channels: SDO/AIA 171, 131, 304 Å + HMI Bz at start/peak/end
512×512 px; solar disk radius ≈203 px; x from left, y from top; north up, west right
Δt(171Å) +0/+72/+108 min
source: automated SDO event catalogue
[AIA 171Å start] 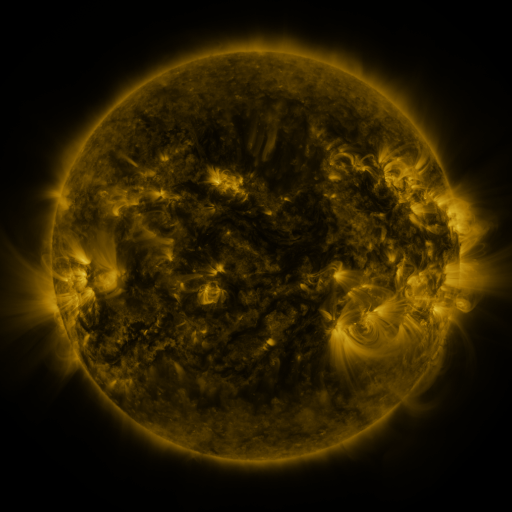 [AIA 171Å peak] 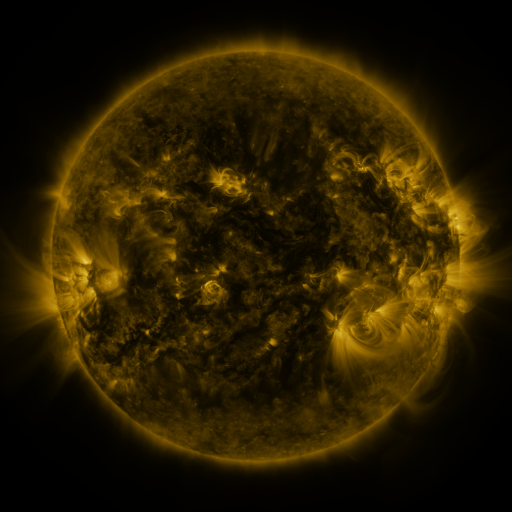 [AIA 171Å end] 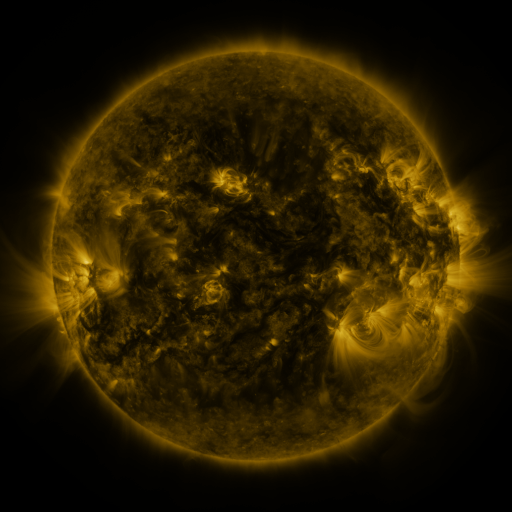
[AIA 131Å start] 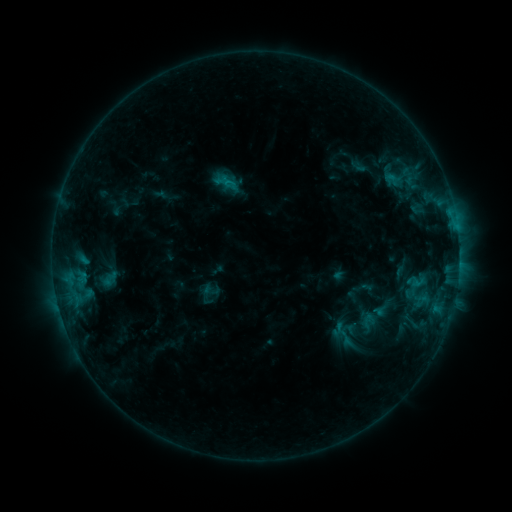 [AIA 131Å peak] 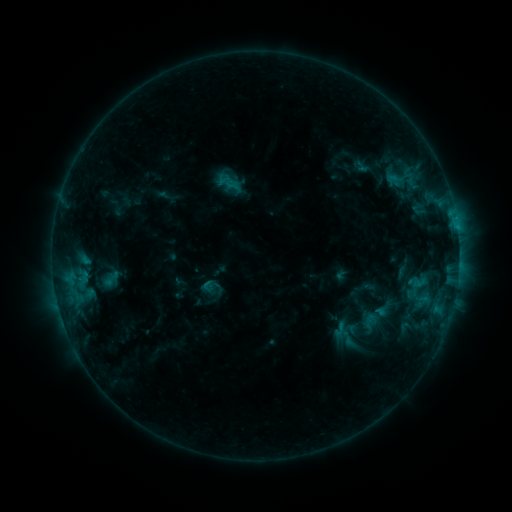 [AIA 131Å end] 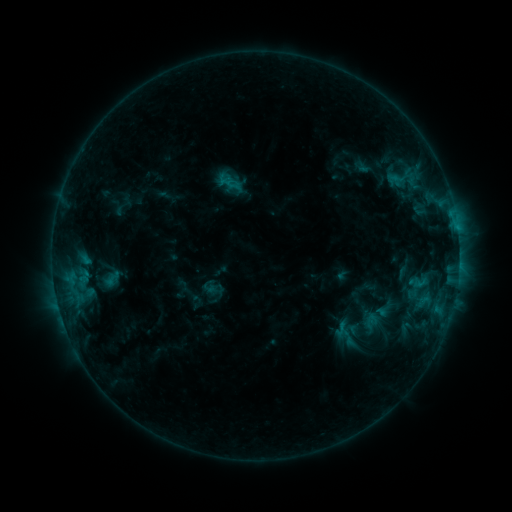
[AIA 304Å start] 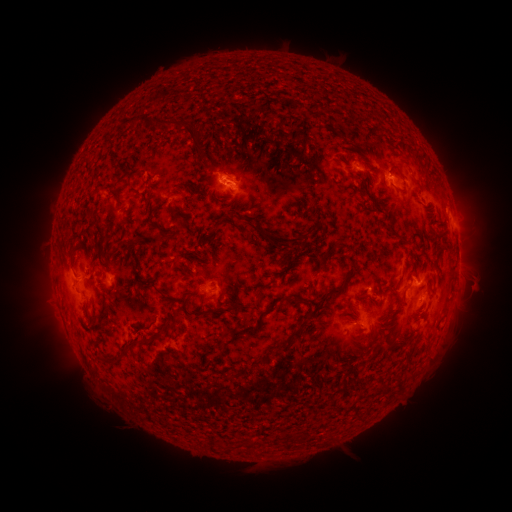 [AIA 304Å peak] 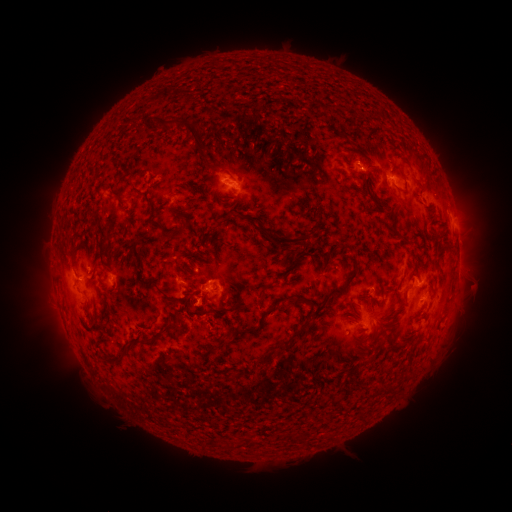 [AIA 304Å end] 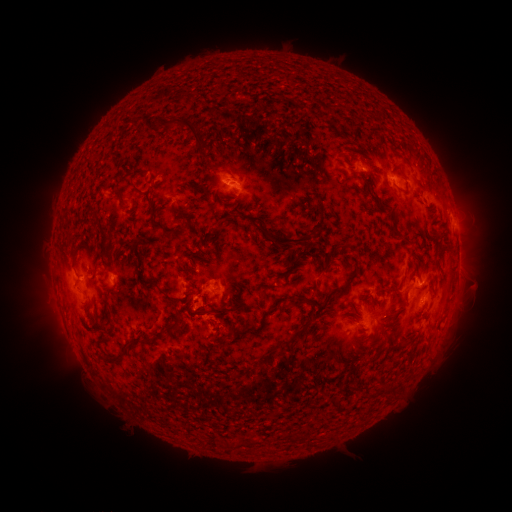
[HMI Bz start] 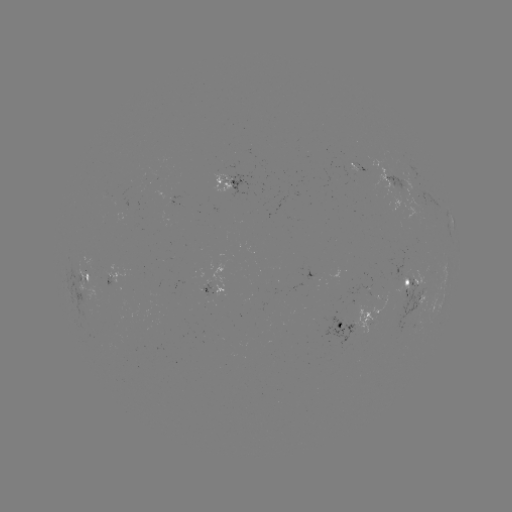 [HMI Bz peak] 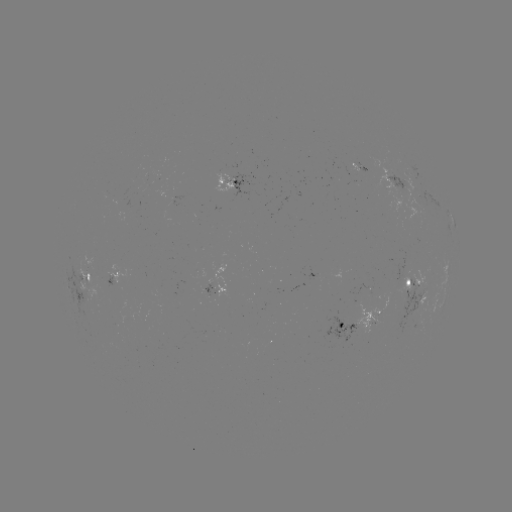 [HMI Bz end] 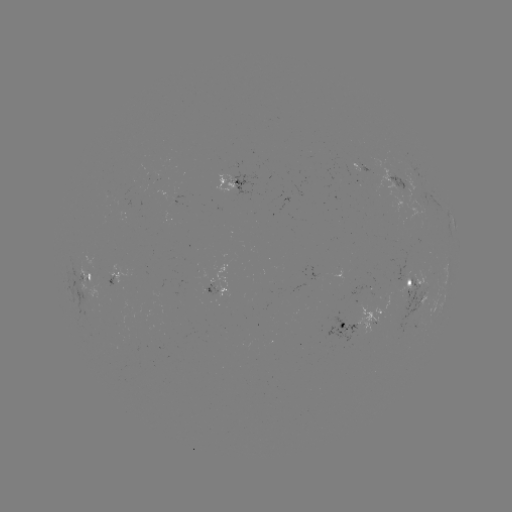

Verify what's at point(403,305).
emerging-flux region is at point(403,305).